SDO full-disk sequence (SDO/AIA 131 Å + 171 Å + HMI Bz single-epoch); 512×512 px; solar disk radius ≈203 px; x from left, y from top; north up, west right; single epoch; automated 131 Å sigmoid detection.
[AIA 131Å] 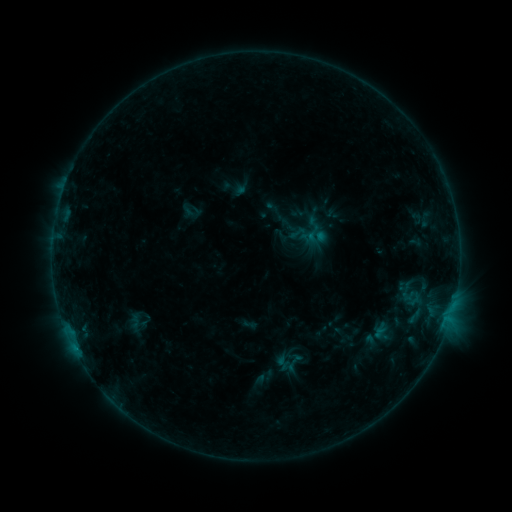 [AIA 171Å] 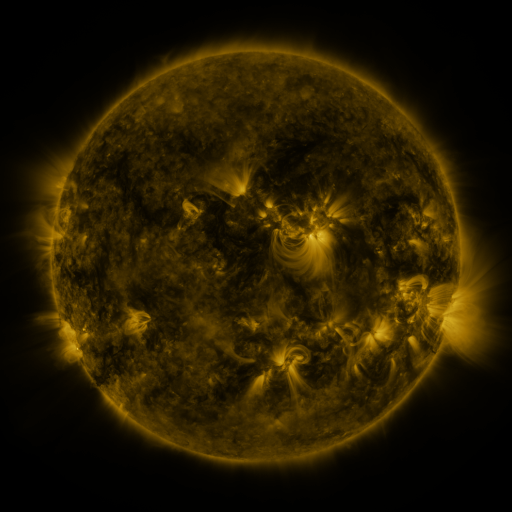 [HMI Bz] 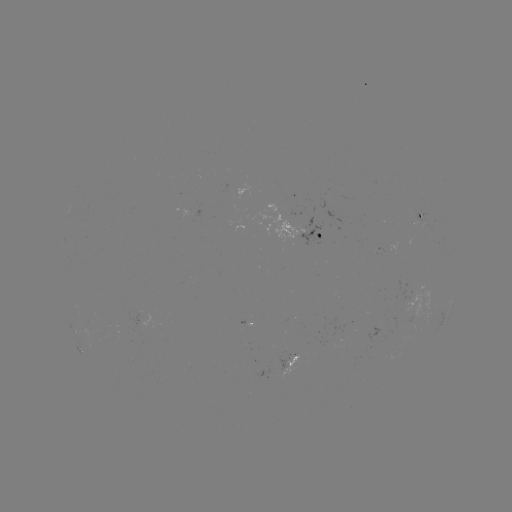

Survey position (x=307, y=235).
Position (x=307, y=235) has sigmoid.